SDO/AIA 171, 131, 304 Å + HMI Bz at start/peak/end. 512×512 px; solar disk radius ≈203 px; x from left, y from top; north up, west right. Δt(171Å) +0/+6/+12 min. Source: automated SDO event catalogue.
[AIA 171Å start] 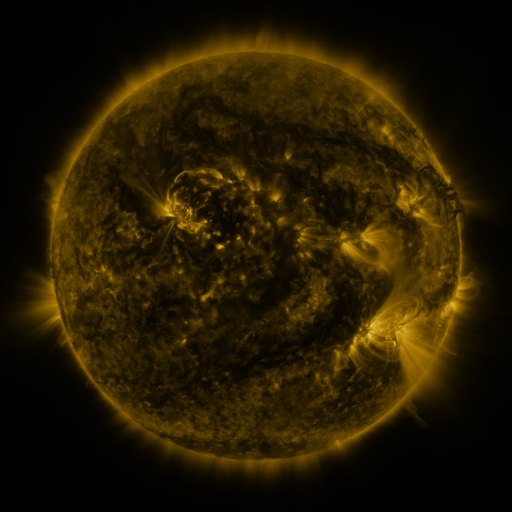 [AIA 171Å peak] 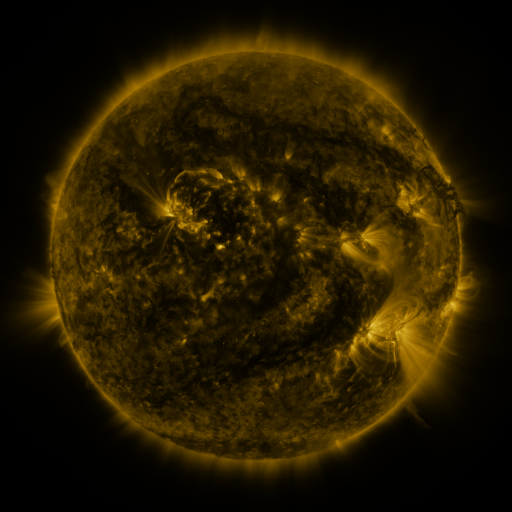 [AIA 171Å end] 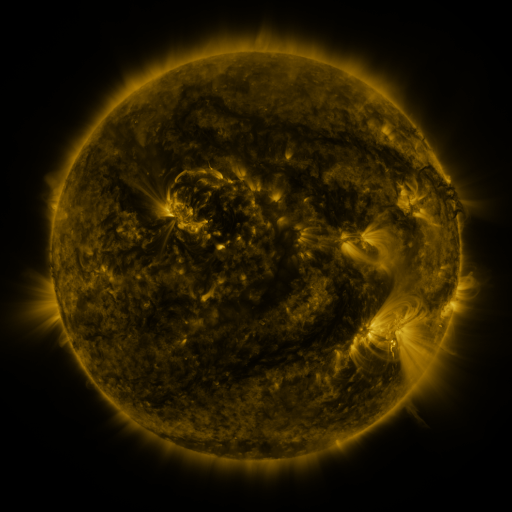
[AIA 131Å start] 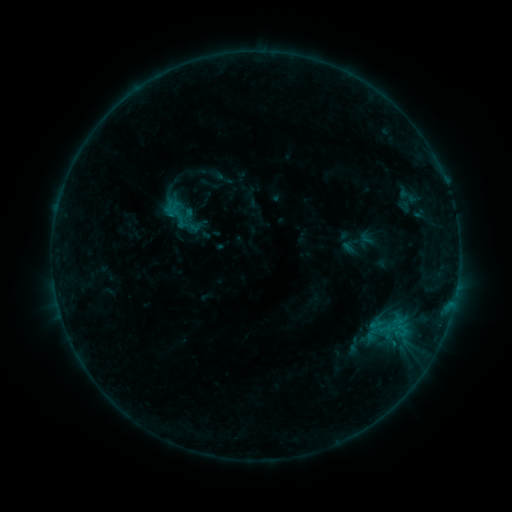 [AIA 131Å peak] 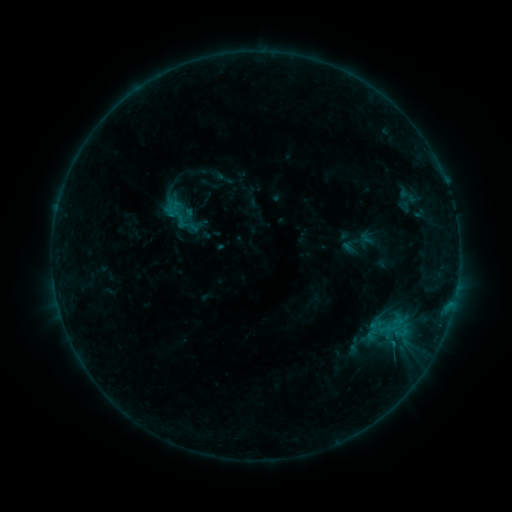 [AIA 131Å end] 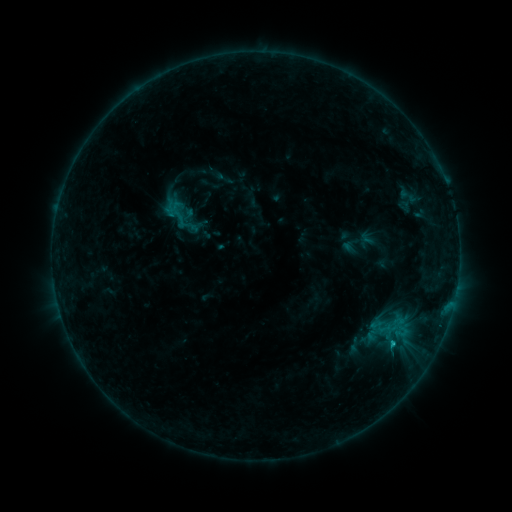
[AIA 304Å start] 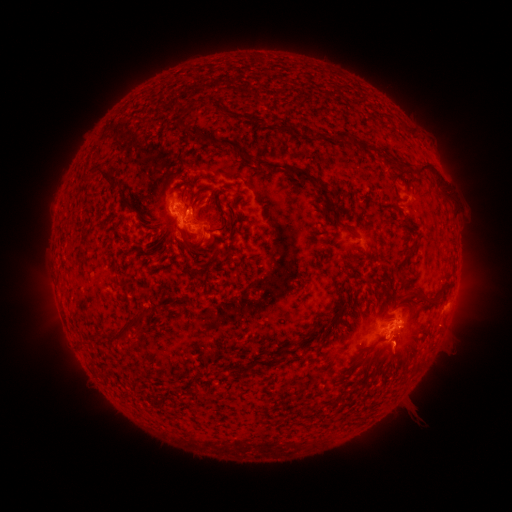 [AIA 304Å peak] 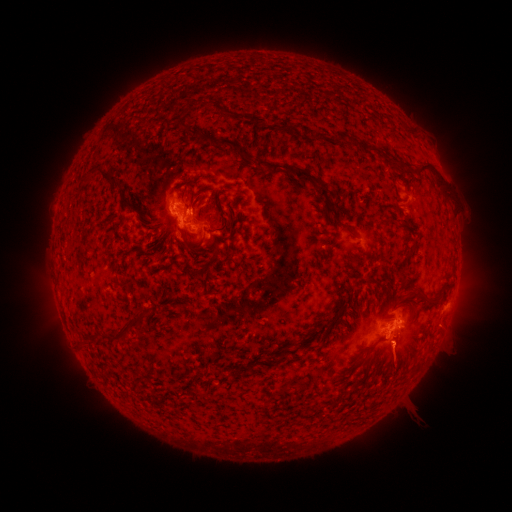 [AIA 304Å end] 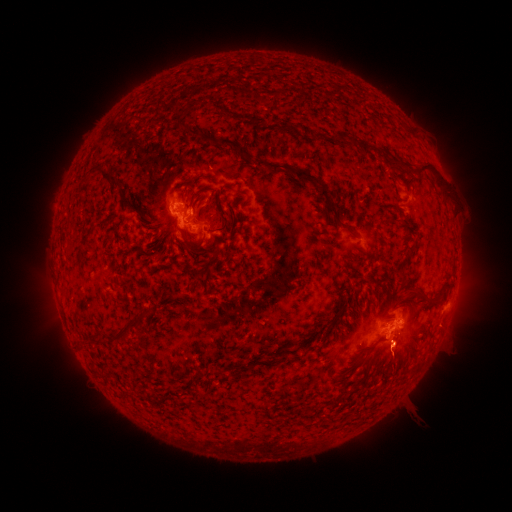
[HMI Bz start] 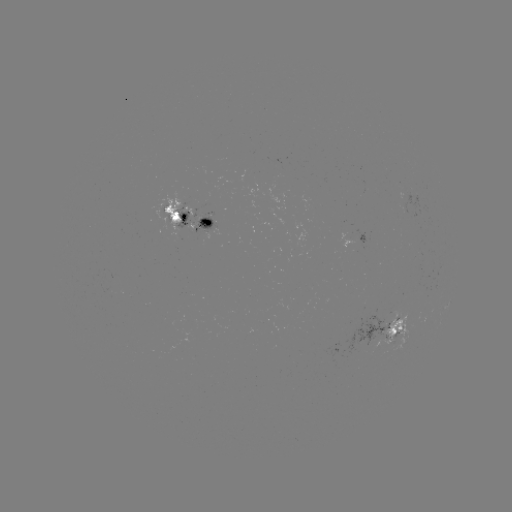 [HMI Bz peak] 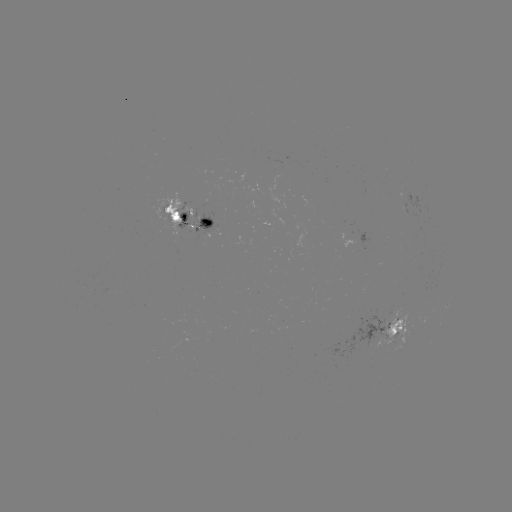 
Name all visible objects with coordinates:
eruption: (394, 364)
